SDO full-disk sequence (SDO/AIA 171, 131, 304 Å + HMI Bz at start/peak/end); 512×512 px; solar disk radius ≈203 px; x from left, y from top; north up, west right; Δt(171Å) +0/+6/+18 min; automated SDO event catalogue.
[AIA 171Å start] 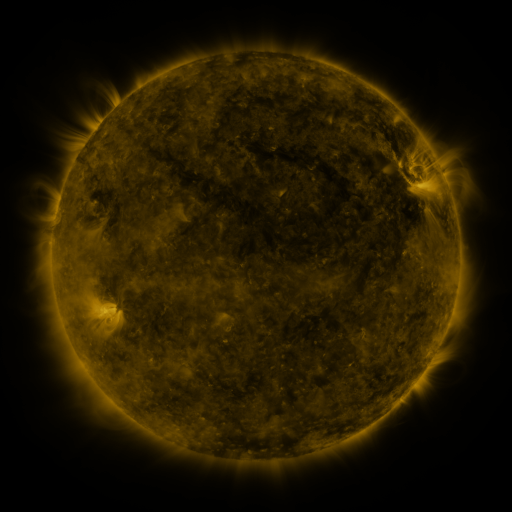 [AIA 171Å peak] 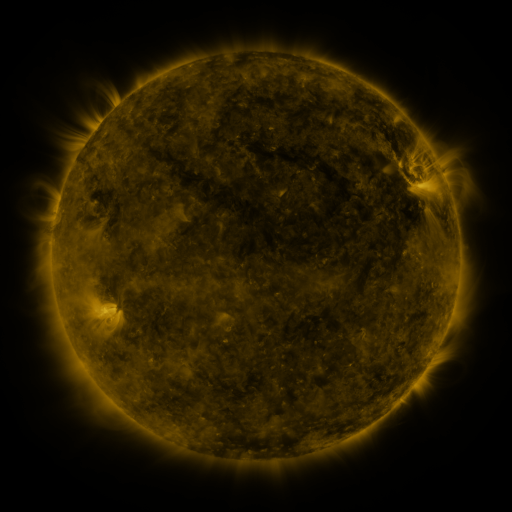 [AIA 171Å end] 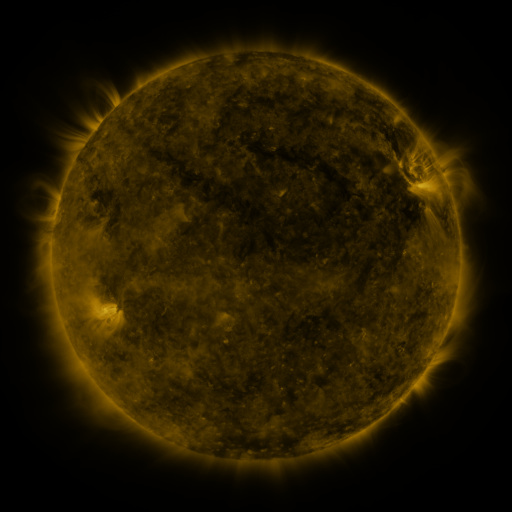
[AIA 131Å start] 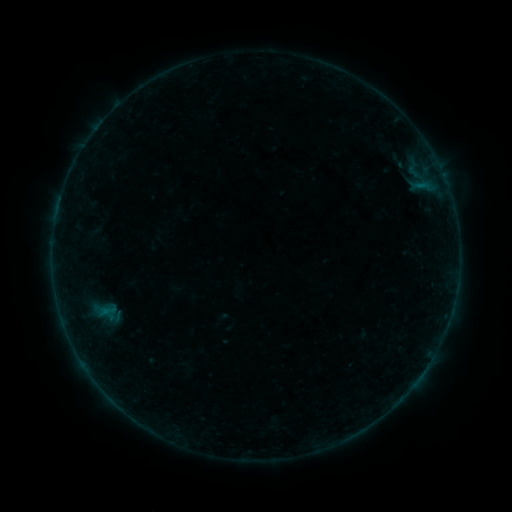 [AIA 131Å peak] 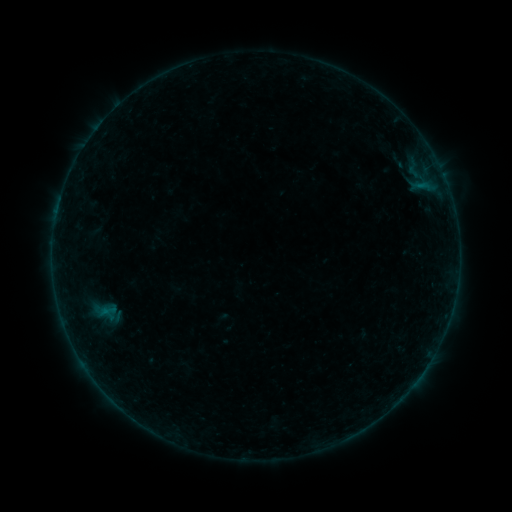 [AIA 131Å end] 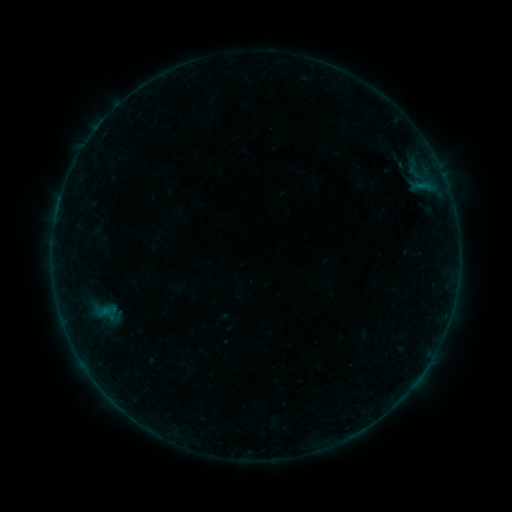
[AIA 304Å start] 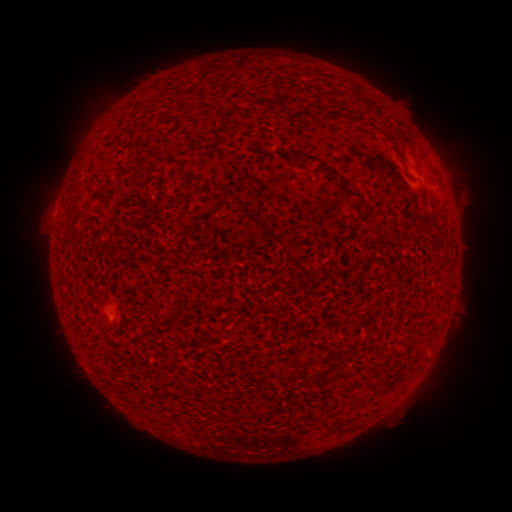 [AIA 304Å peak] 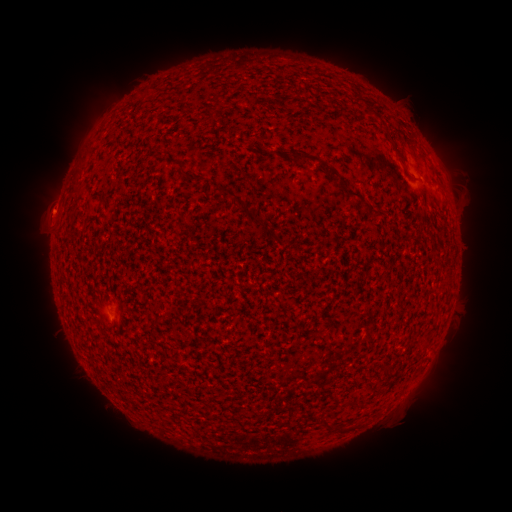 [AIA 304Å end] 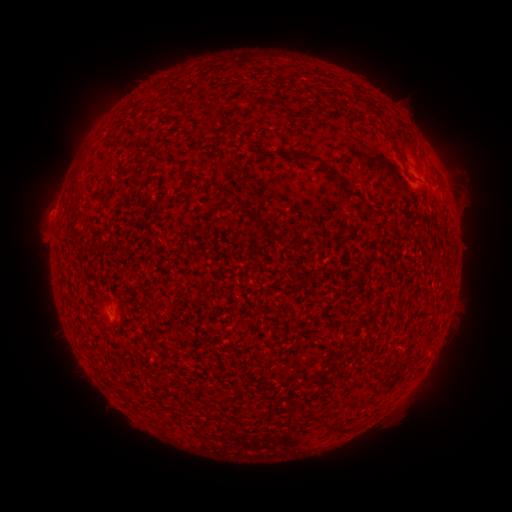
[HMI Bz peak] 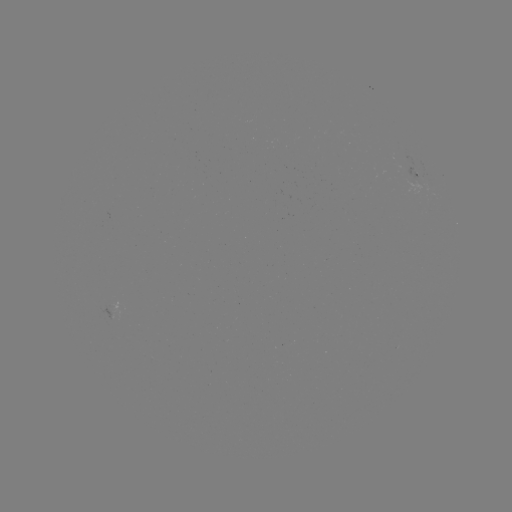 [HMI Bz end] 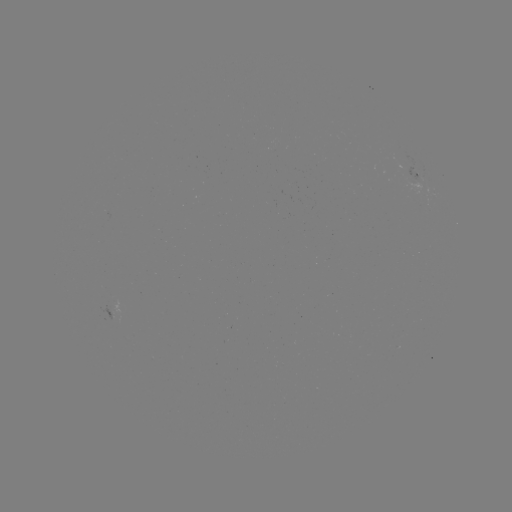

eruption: [21, 188, 73, 246]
